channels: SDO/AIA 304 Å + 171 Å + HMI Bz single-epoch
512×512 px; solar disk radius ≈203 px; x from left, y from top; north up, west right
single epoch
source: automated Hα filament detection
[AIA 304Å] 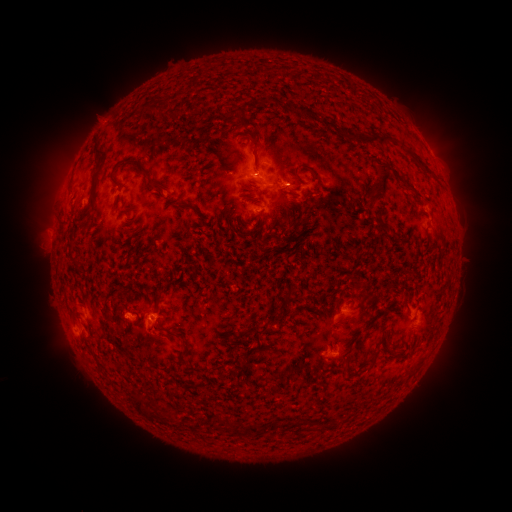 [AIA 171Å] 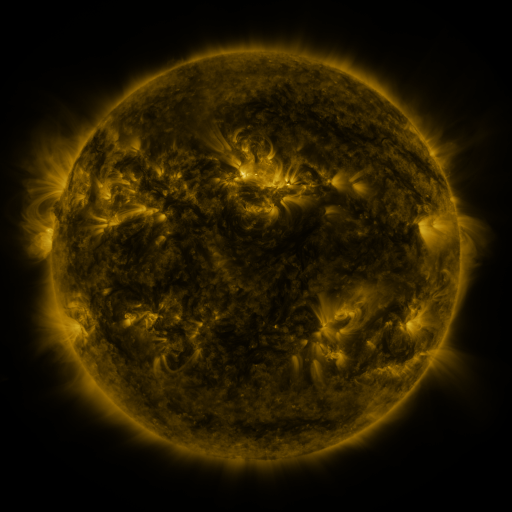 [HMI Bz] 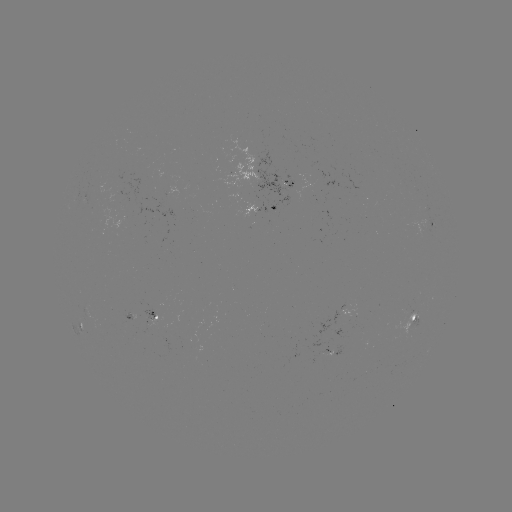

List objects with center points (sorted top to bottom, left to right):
filament: (155, 106)
filament: (307, 110)
filament: (381, 144)
filament: (97, 148)
filament: (255, 148)
filament: (384, 179)
filament: (159, 187)
filament: (179, 204)
filament: (426, 332)
